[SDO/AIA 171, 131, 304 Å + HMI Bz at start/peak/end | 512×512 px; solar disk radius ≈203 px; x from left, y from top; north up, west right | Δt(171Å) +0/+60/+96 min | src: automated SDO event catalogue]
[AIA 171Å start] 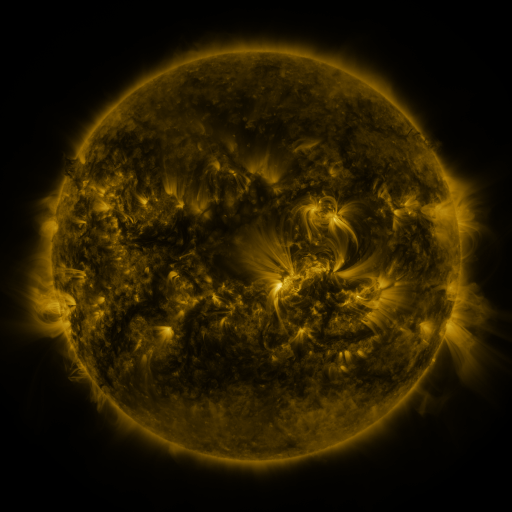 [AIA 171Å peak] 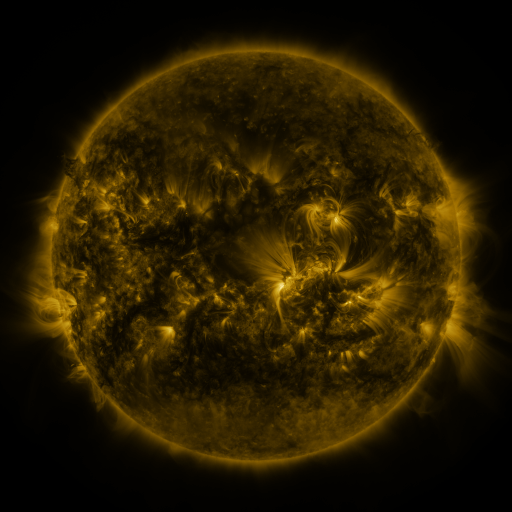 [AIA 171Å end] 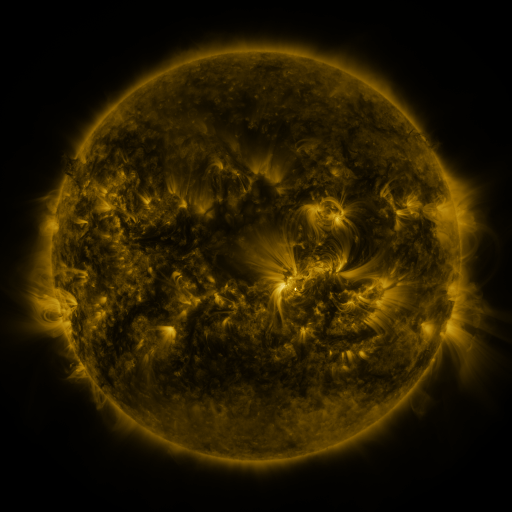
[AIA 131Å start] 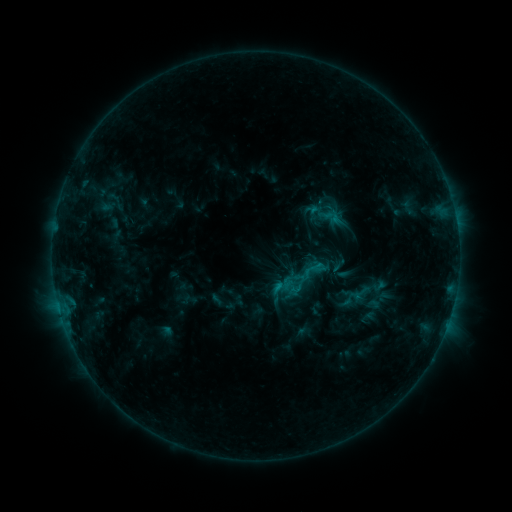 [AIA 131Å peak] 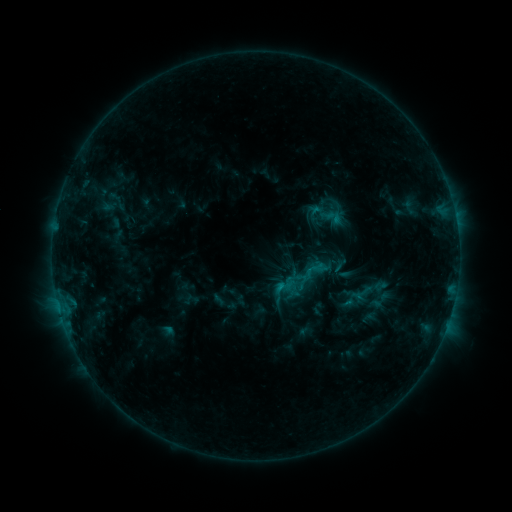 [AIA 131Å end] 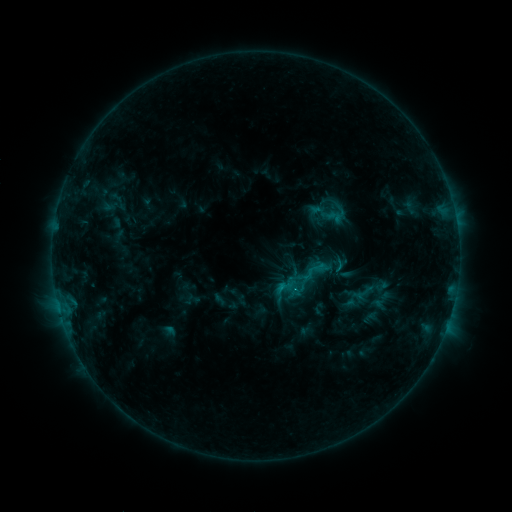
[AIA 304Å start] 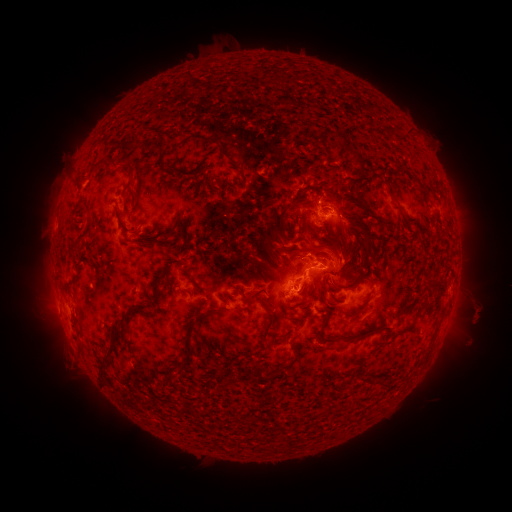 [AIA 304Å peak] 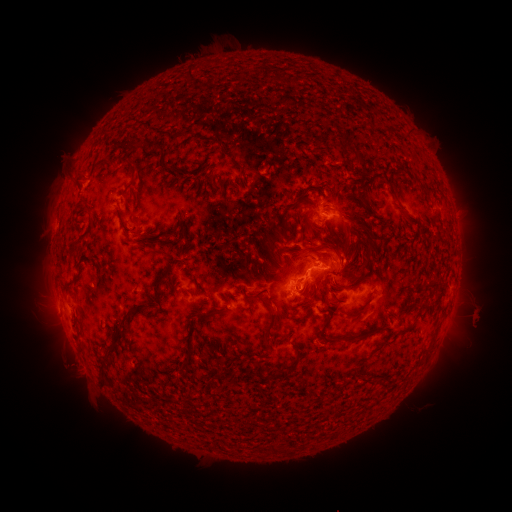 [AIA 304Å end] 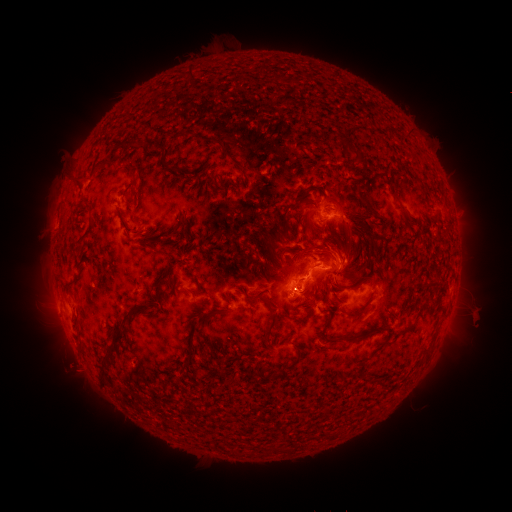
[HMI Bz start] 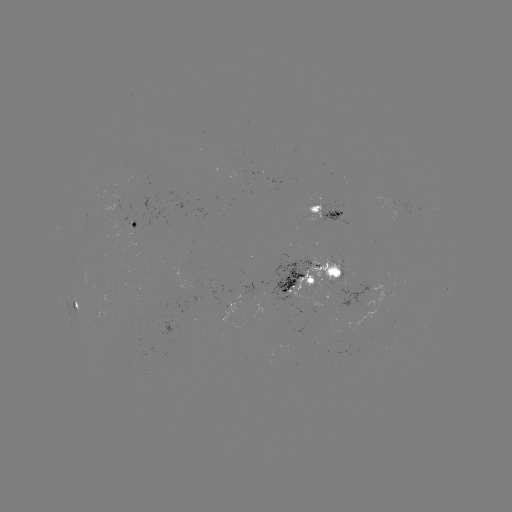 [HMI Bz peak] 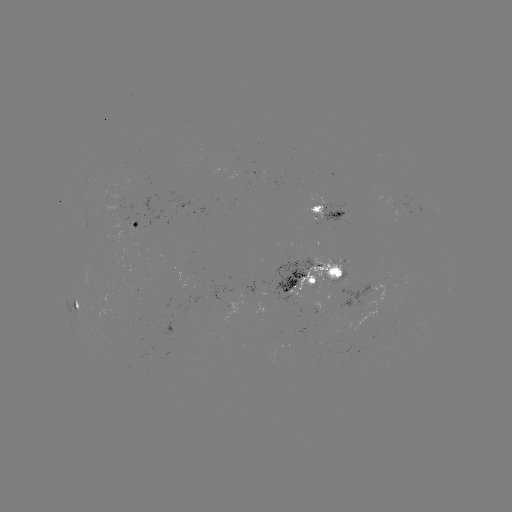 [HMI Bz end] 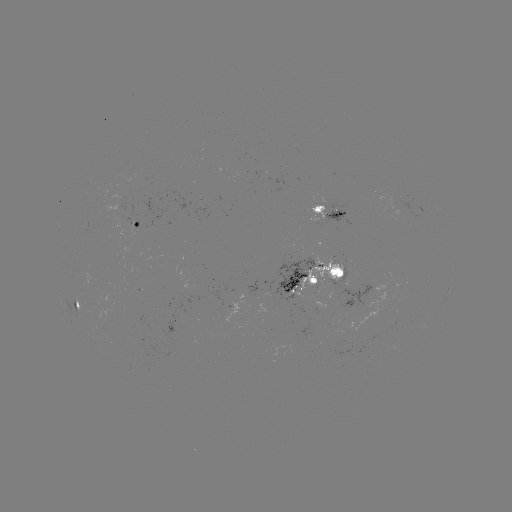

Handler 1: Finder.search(emerging-flux region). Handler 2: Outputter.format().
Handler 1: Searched emerging-flux region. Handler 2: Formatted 365,296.